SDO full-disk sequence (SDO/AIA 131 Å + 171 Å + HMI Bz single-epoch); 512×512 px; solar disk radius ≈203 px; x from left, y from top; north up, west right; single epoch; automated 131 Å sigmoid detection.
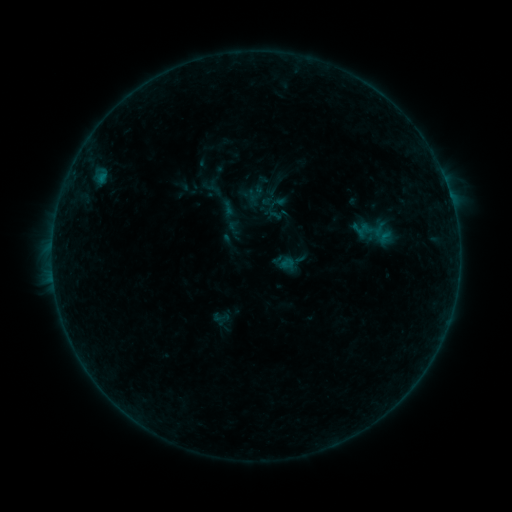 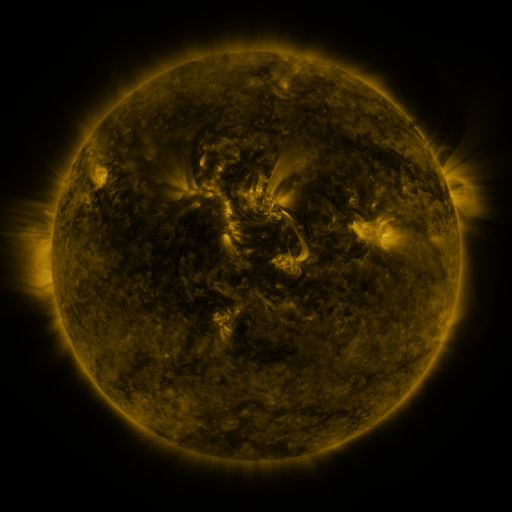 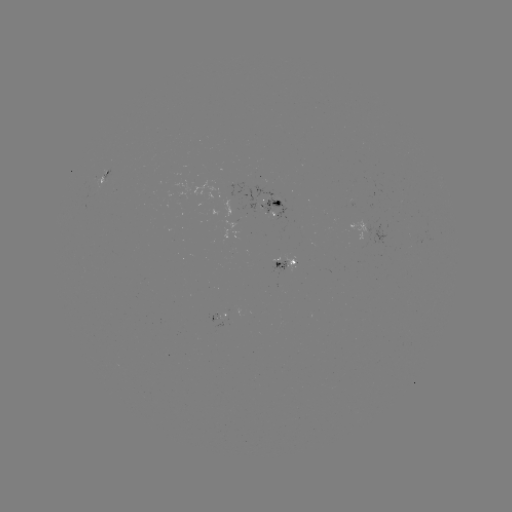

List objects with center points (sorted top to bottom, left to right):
sigmoid: <bbox>356, 216, 385, 245</bbox>
sigmoid: <bbox>278, 255, 296, 273</bbox>
sigmoid: <bbox>211, 307, 232, 326</bbox>
